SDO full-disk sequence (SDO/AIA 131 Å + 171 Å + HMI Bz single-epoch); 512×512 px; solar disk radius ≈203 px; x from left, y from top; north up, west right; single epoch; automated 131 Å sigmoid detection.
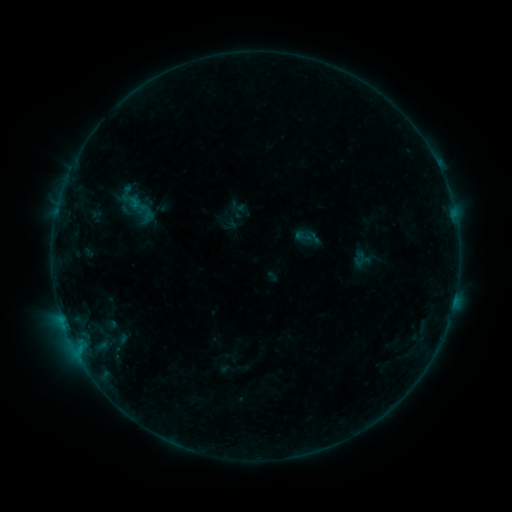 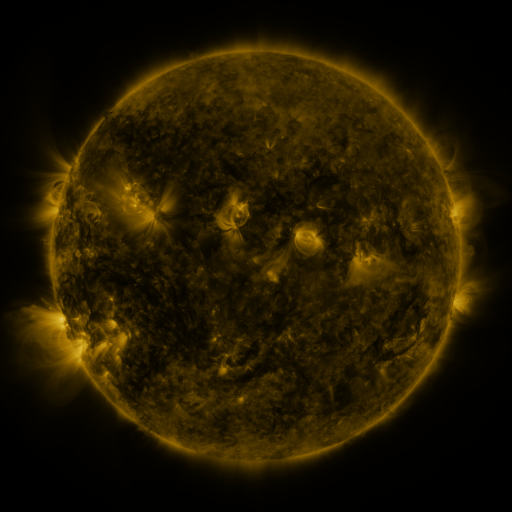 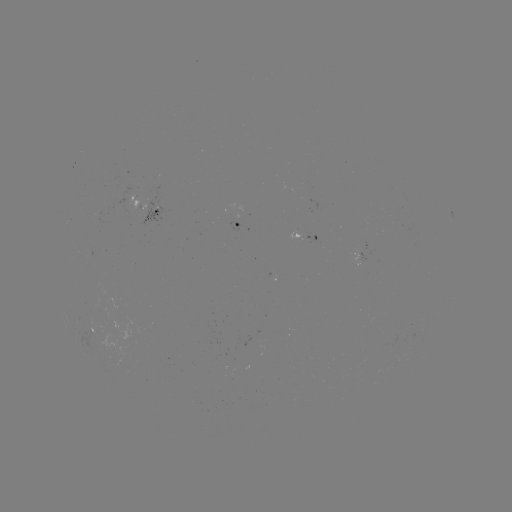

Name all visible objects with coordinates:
sigmoid: [117, 183, 136, 205]
